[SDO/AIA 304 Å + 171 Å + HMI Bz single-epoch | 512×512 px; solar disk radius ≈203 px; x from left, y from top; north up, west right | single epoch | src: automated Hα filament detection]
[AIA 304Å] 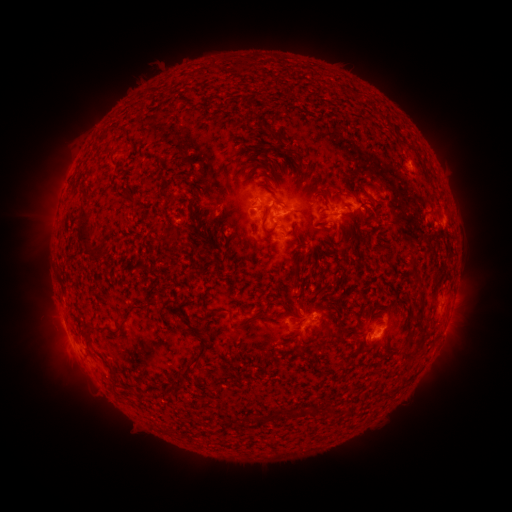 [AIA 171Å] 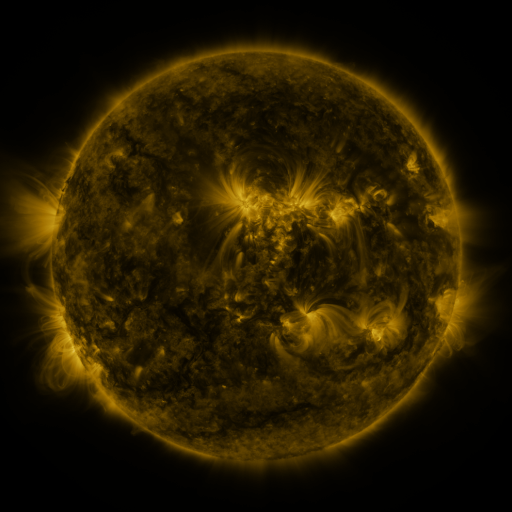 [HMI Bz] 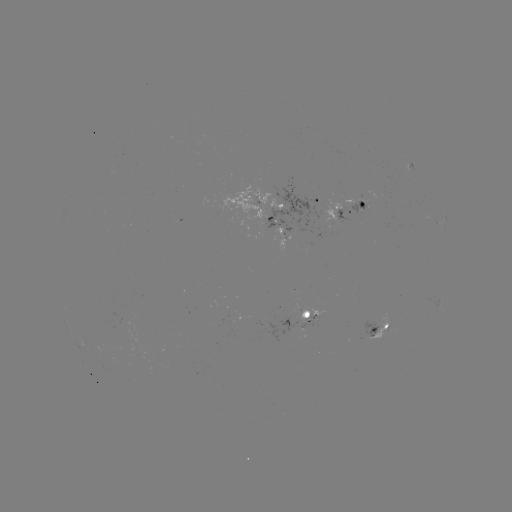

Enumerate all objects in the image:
filament: <bbox>207, 62, 217, 73</bbox>
filament: <bbox>113, 127, 124, 135</bbox>
filament: <bbox>276, 133, 285, 147</bbox>
filament: <bbox>314, 191, 325, 197</bbox>
filament: <bbox>75, 194, 93, 246</bbox>
filament: <bbox>365, 197, 384, 212</bbox>
filament: <bbox>270, 199, 284, 212</bbox>
filament: <bbox>188, 200, 196, 210</bbox>
filament: <bbox>260, 217, 278, 234</bbox>
filament: <bbox>167, 229, 184, 244</bbox>
filament: <bbox>149, 236, 160, 243</bbox>
filament: <bbox>207, 243, 215, 253</bbox>
filament: <bbox>85, 248, 98, 257</bbox>
filament: <bbox>297, 252, 309, 265</bbox>
filament: <bbox>291, 266, 302, 286</bbox>
filament: <bbox>186, 278, 195, 296</bbox>
filament: <bbox>411, 292, 425, 327</bbox>
filament: <bbox>148, 300, 165, 308</bbox>
filament: <bbox>284, 302, 303, 320</bbox>
filament: <bbox>136, 305, 146, 313</bbox>
filament: <bbox>212, 309, 224, 320</bbox>
filament: <bbox>258, 309, 268, 318</bbox>
filament: <bbox>116, 322, 125, 333</bbox>
filament: <bbox>190, 324, 209, 333</bbox>
filament: <bbox>82, 325, 97, 349</bbox>
filament: <bbox>78, 330, 84, 341</bbox>
filament: <bbox>285, 331, 296, 338</bbox>
filament: <bbox>188, 335, 211, 369</bbox>
filament: <bbox>112, 379, 121, 391</bbox>
filament: <bbox>128, 388, 139, 396</bbox>
filament: <bbox>284, 404, 323, 419</bbox>
filament: <bbox>328, 404, 339, 415</bbox>
filament: <bbox>258, 413, 269, 423</bbox>
